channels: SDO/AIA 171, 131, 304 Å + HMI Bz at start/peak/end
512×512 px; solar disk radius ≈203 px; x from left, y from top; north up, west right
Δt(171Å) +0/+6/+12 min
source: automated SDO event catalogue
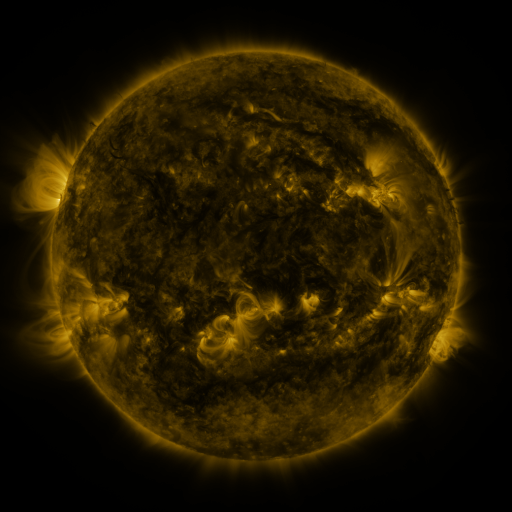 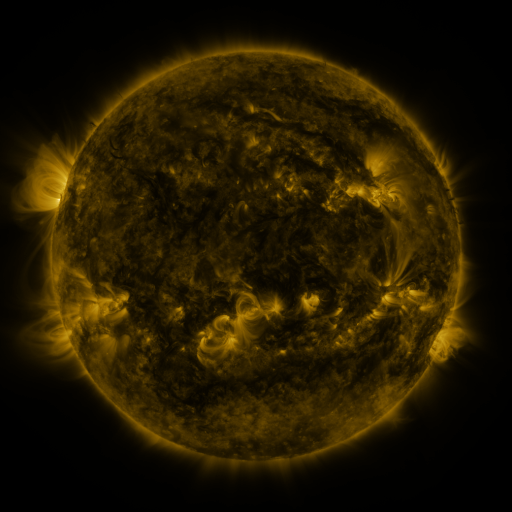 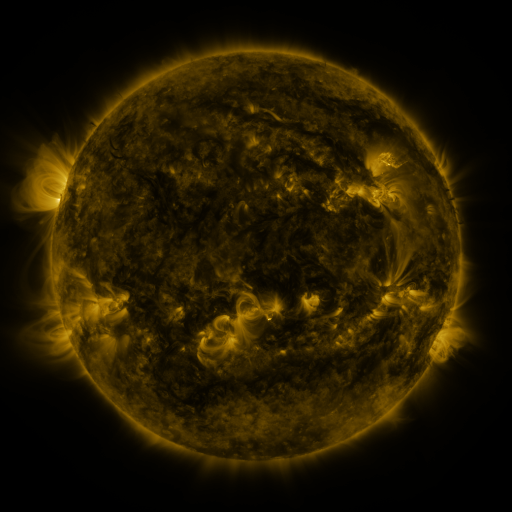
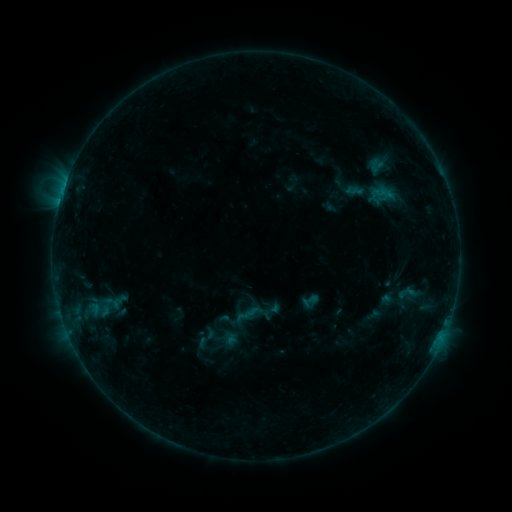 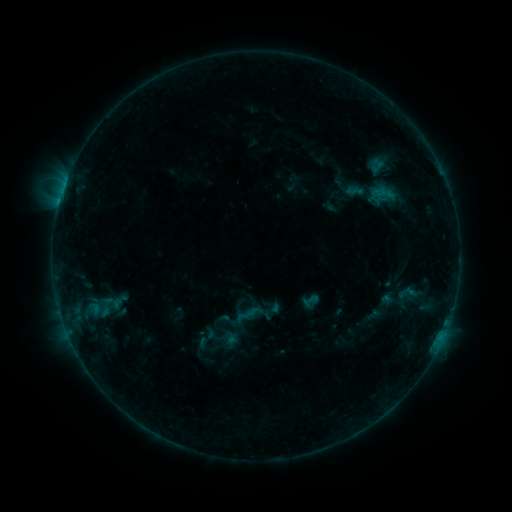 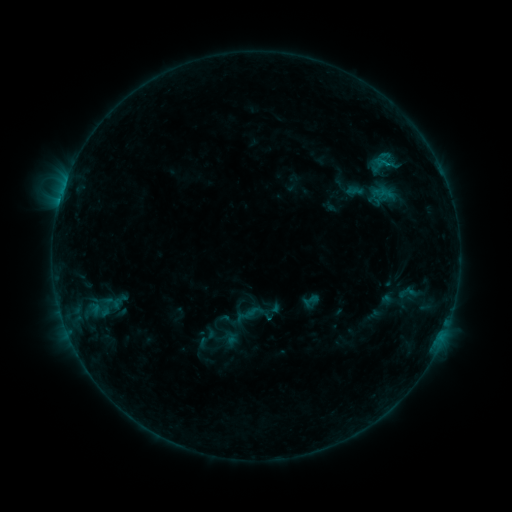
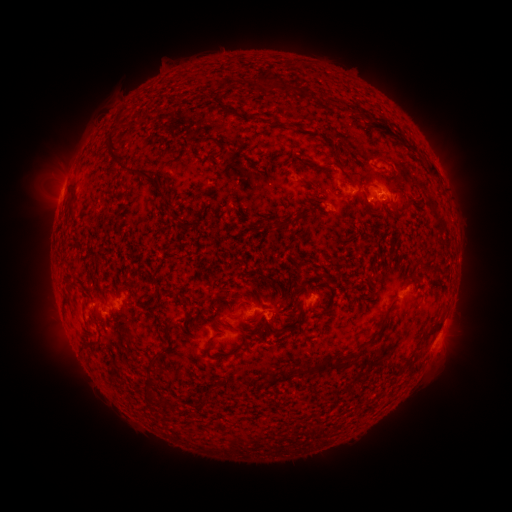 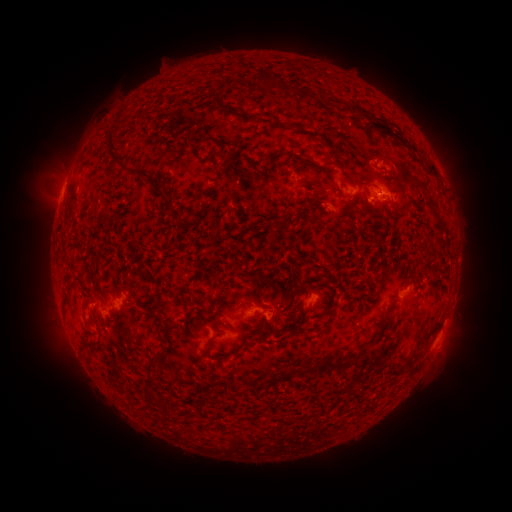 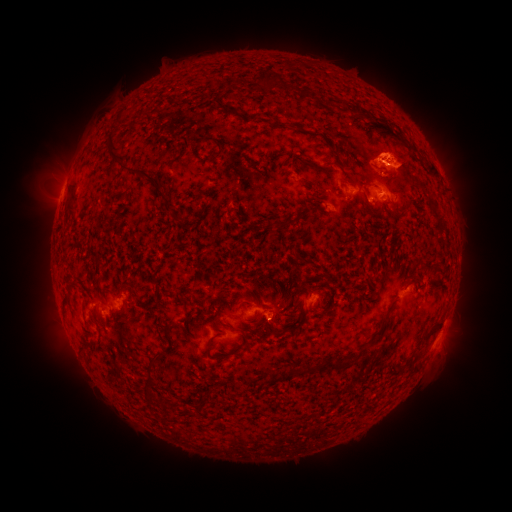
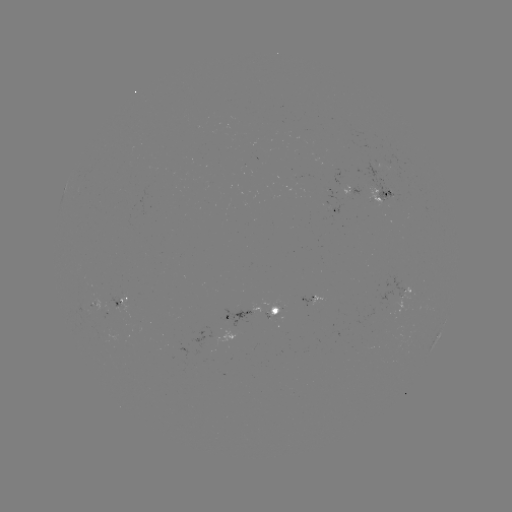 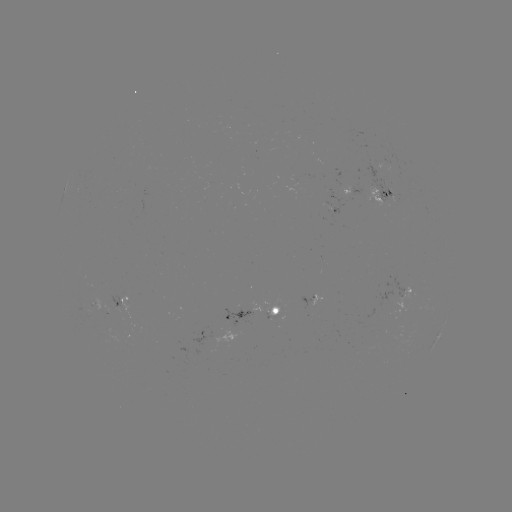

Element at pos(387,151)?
eruption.